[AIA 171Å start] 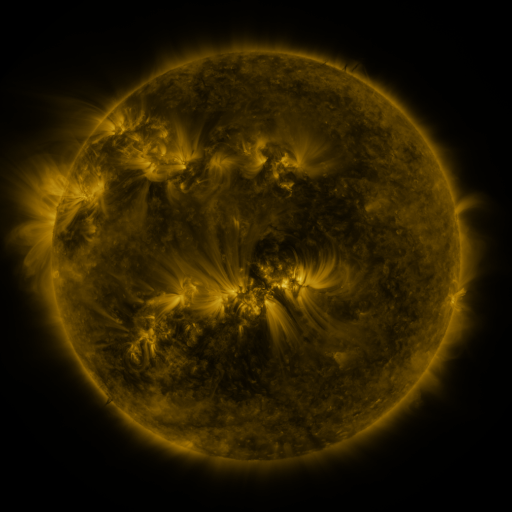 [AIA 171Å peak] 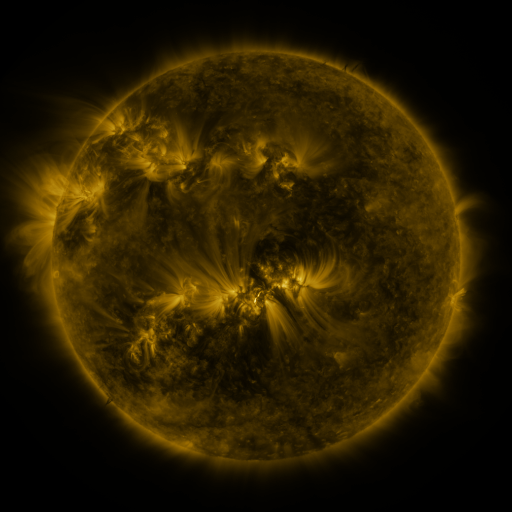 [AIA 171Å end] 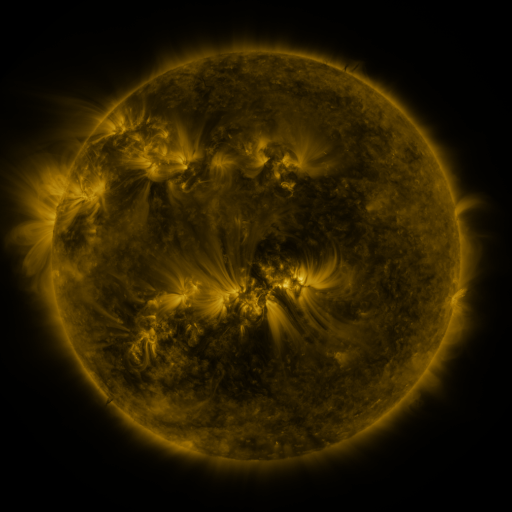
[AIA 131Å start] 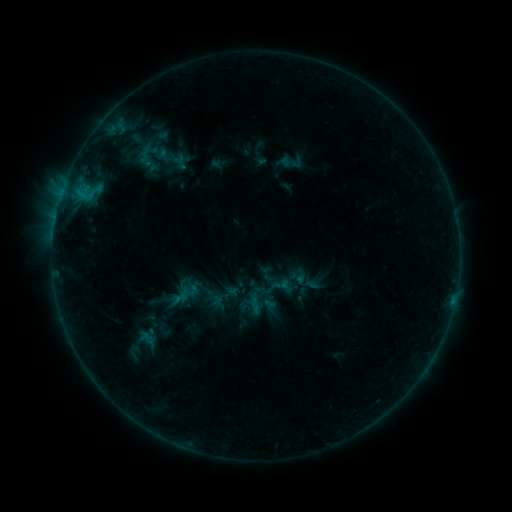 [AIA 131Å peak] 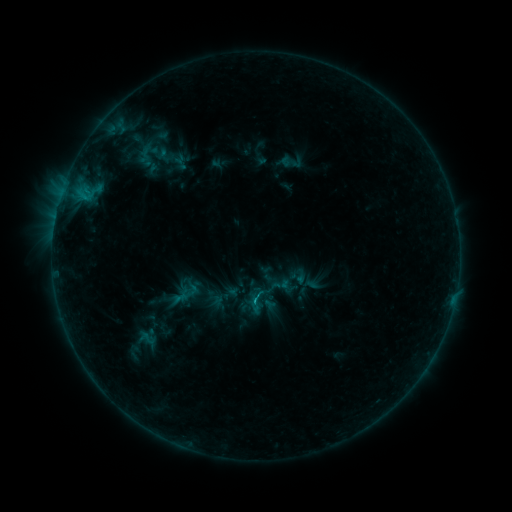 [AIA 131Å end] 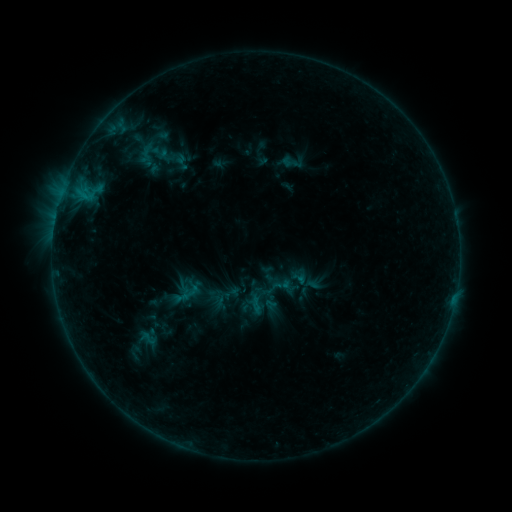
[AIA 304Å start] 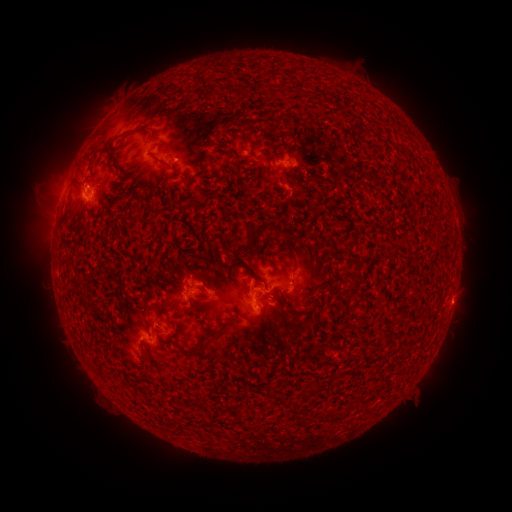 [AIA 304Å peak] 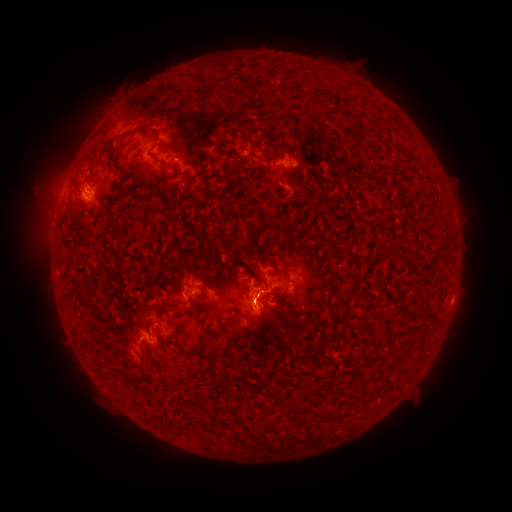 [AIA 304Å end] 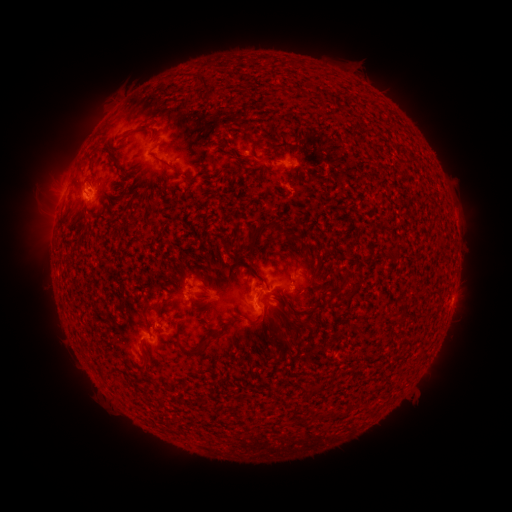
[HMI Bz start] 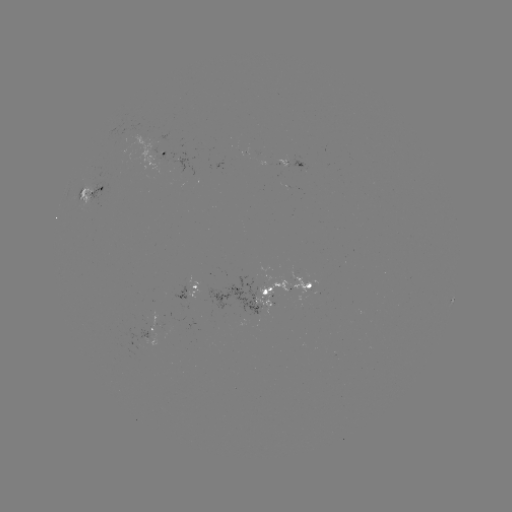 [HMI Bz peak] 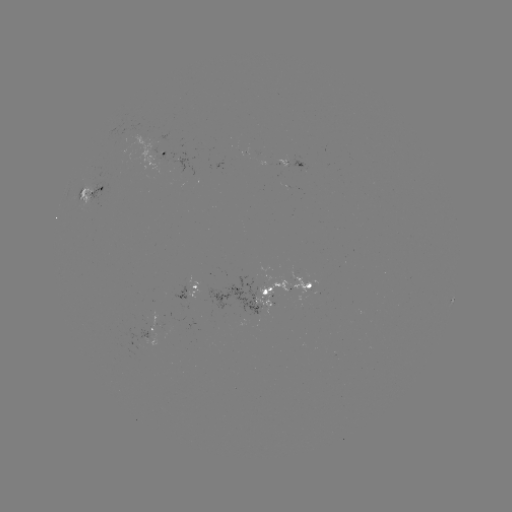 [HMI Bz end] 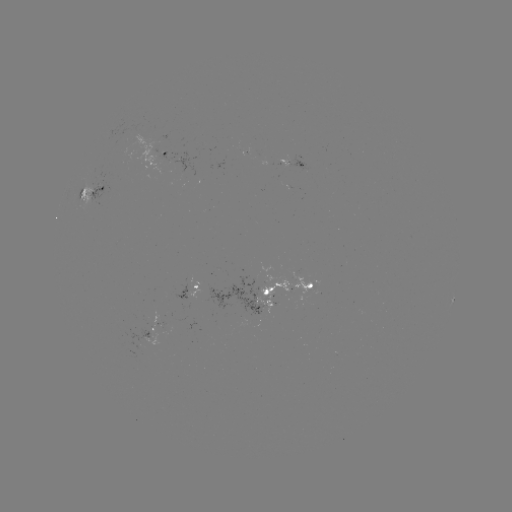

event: emerging-flux region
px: (247, 299)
